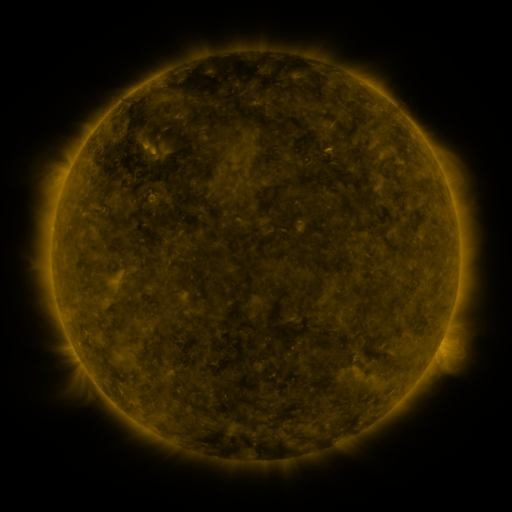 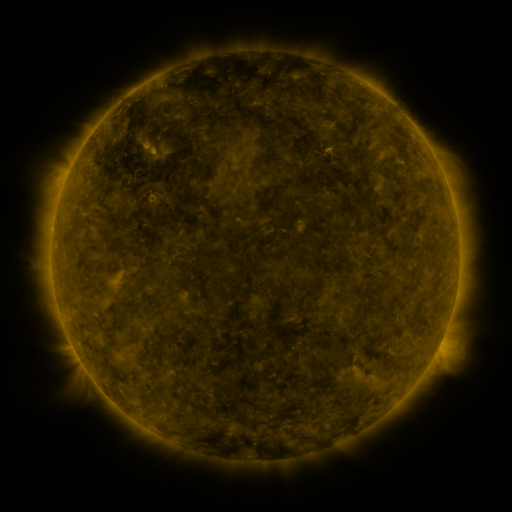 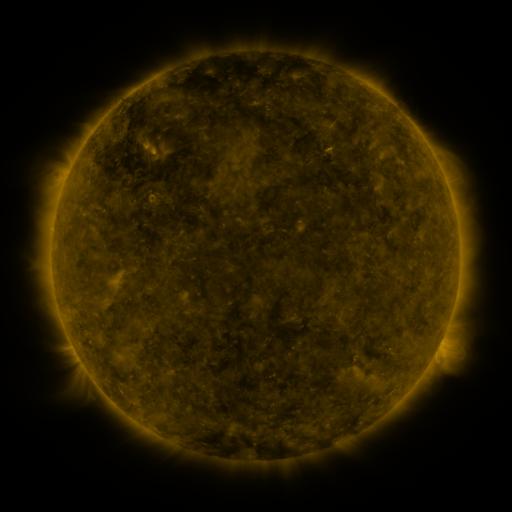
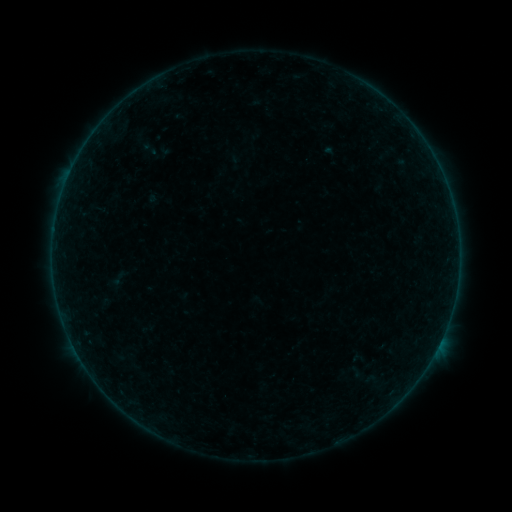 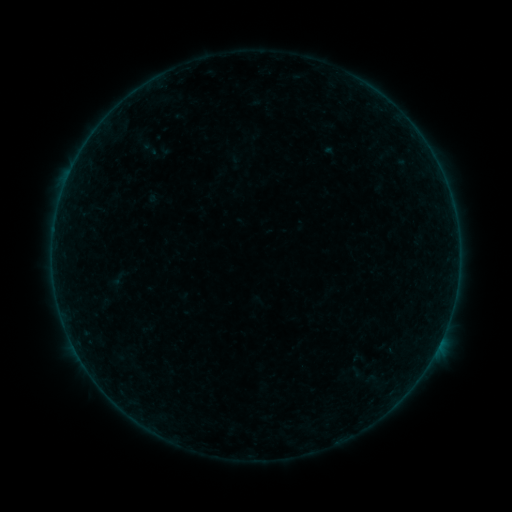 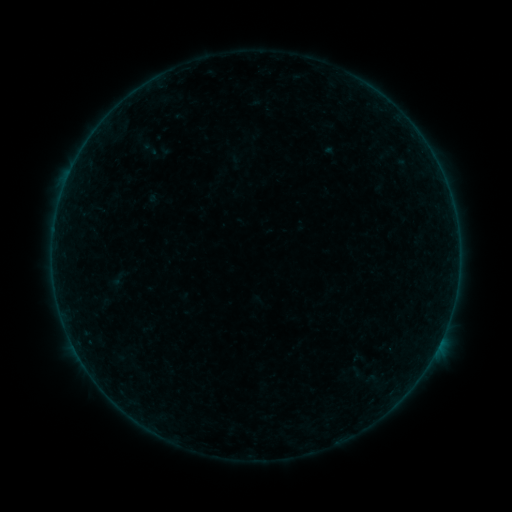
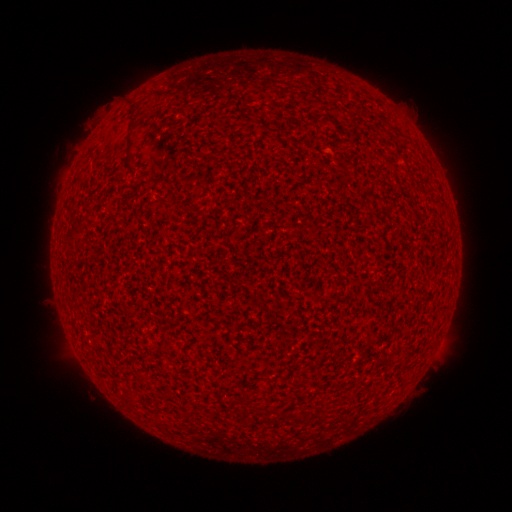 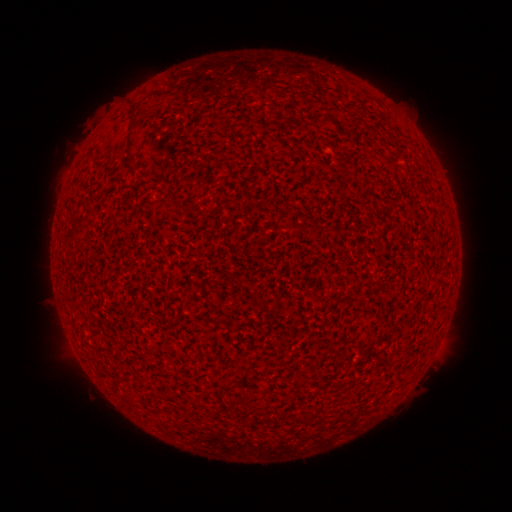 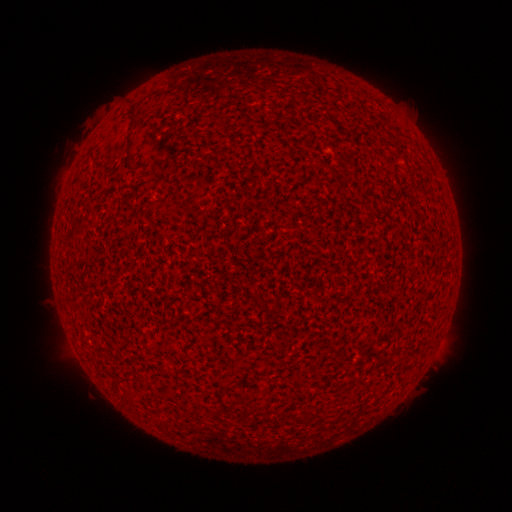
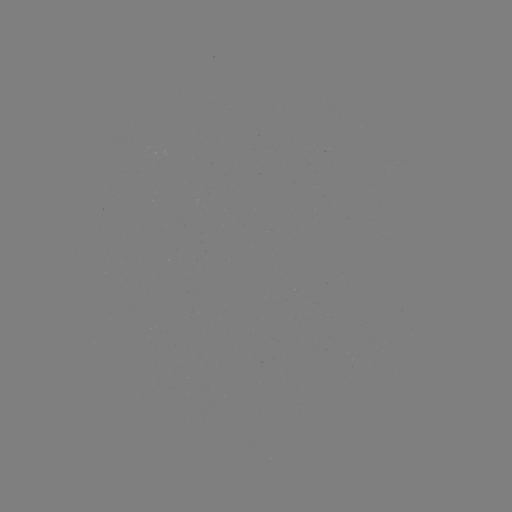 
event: flare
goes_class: A2.6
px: (436, 348)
